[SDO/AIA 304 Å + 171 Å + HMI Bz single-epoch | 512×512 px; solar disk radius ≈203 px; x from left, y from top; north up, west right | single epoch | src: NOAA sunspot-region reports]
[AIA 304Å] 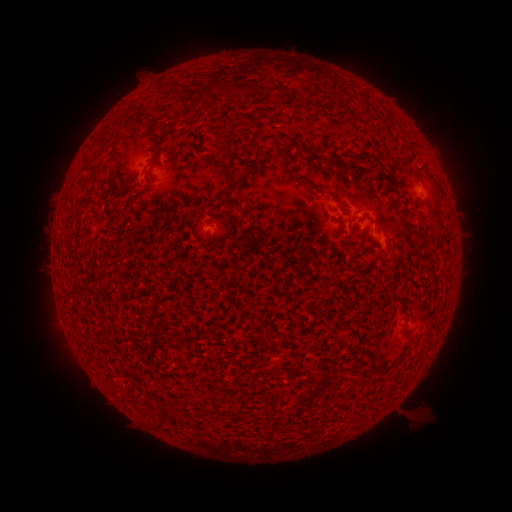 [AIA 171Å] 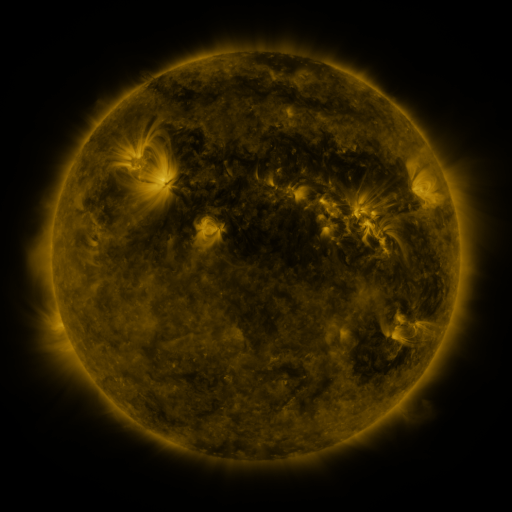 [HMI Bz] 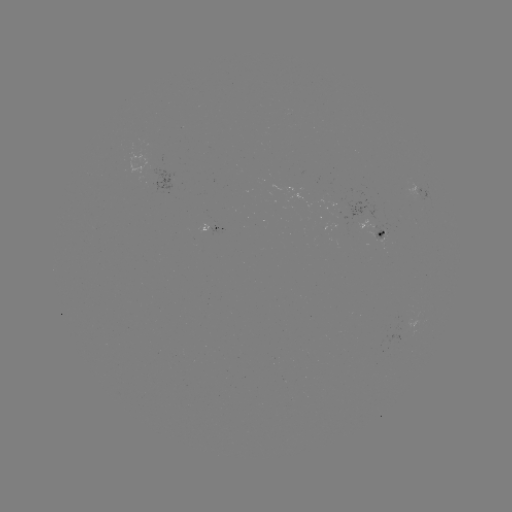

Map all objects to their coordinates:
spotted active region: (135, 162)
spotted active region: (410, 192)
spotted active region: (208, 228)
spotted active region: (379, 238)
